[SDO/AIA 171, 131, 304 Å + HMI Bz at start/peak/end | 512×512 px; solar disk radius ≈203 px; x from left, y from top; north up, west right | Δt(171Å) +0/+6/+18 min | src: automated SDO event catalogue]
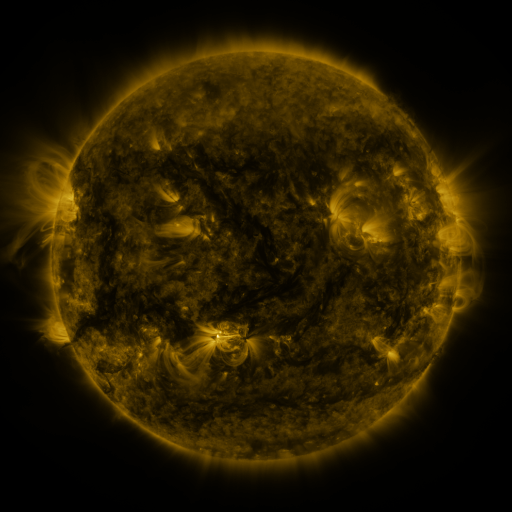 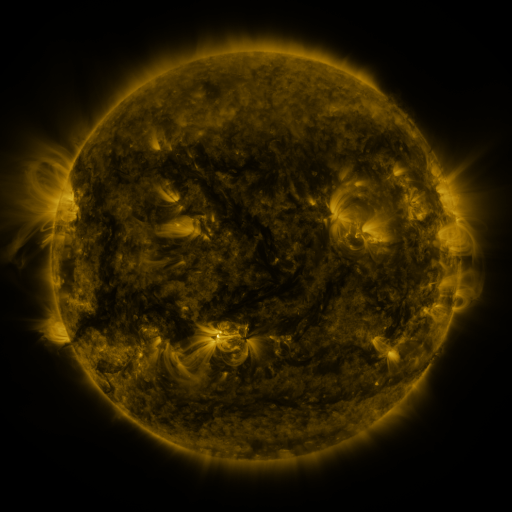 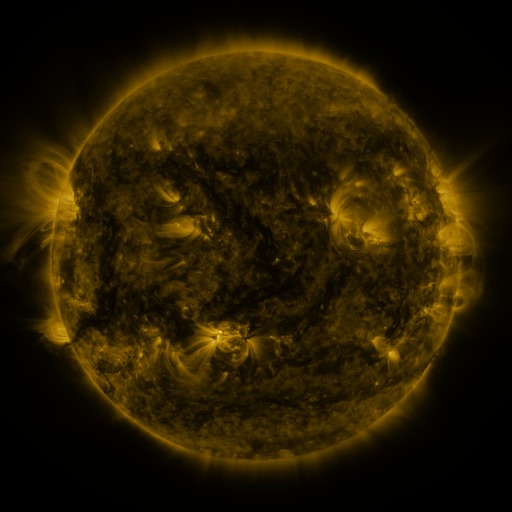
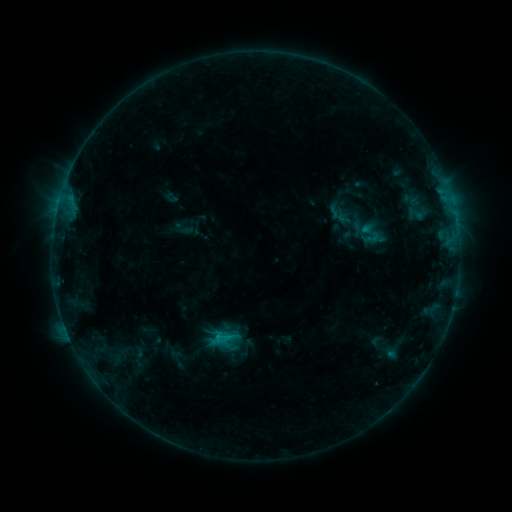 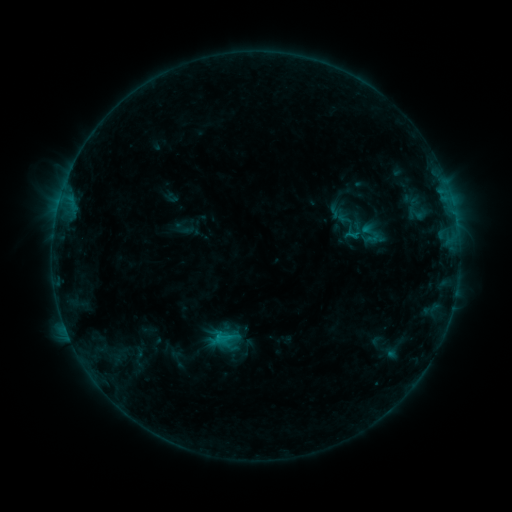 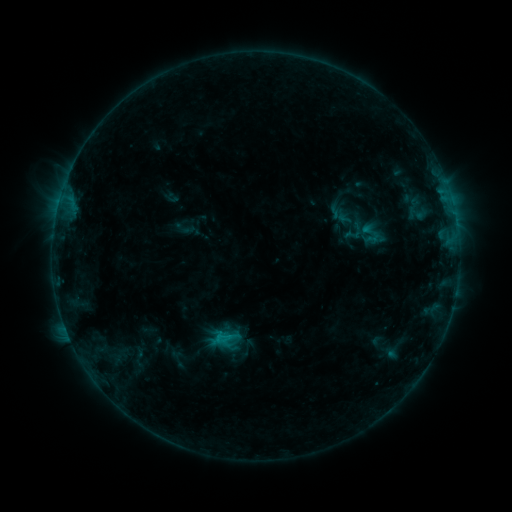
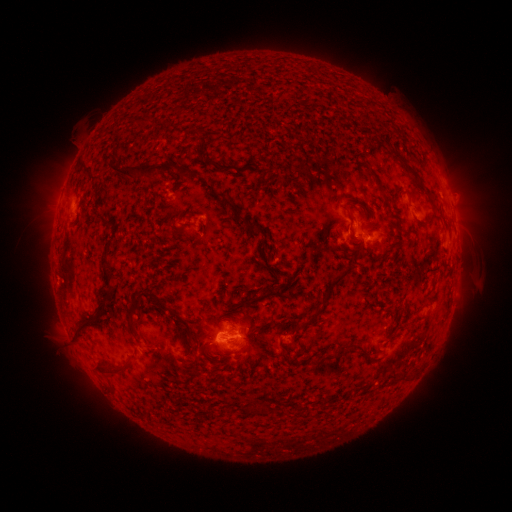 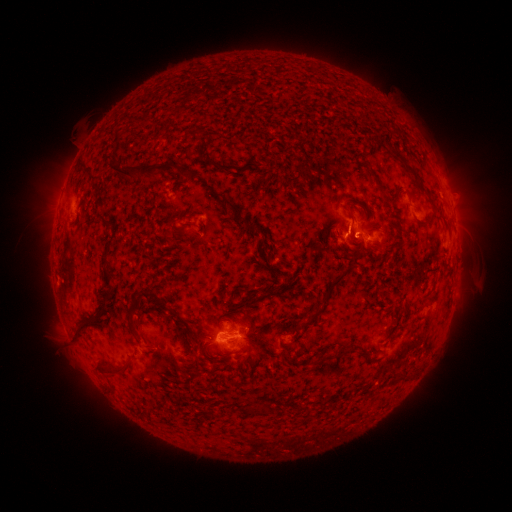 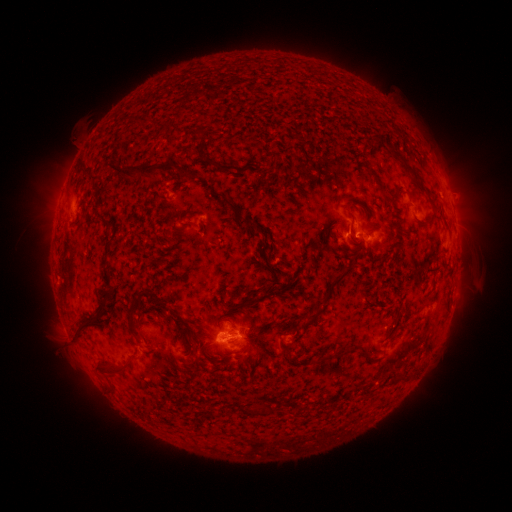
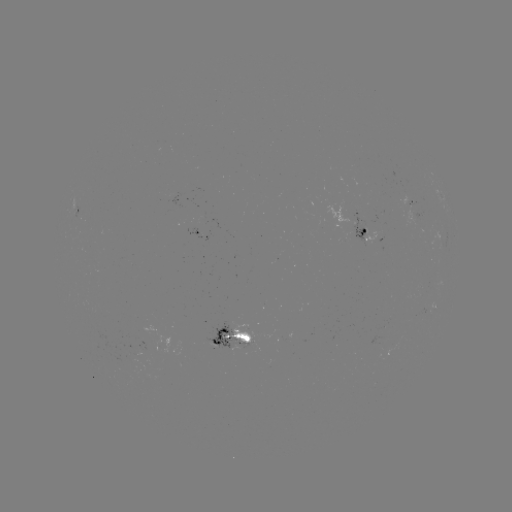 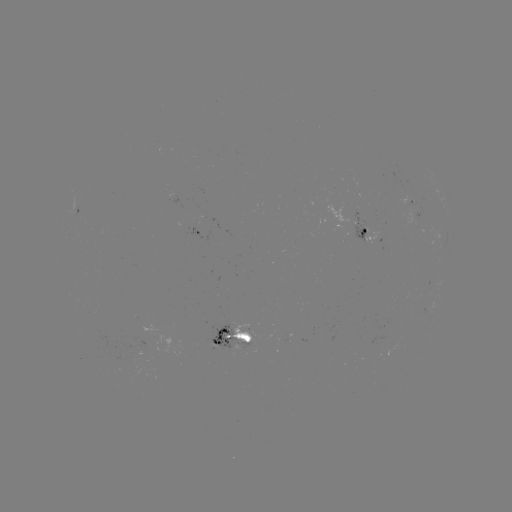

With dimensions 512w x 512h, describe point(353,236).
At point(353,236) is B6.7 flare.